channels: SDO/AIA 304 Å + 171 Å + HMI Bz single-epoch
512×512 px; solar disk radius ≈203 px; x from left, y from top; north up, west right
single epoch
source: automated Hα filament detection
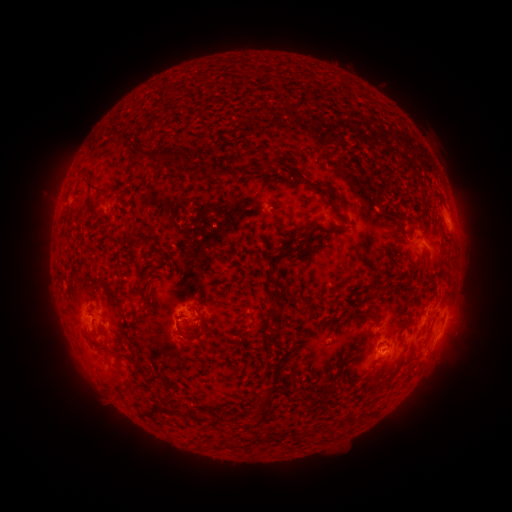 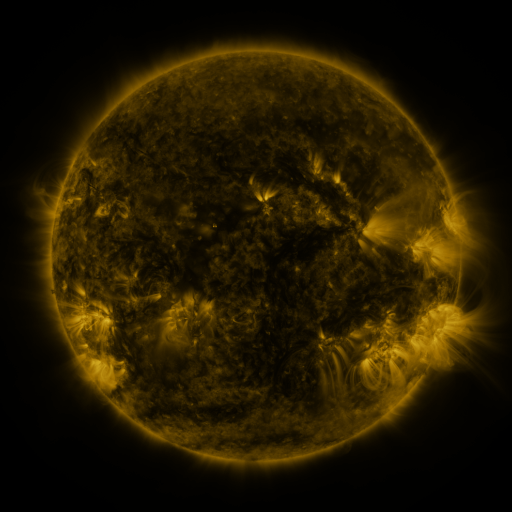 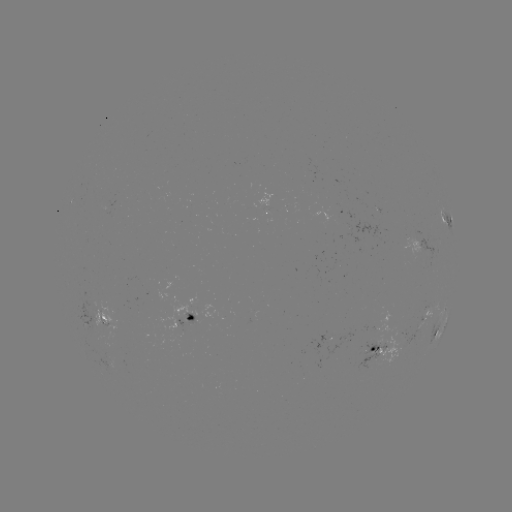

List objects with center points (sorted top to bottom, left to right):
filament: (360, 91, 392, 117)
filament: (382, 114, 424, 155)
filament: (126, 147, 172, 163)
filament: (264, 160, 271, 171)
filament: (210, 169, 223, 179)
filament: (83, 183, 104, 197)
filament: (312, 185, 325, 195)
filament: (326, 198, 345, 221)
filament: (91, 202, 100, 215)
filament: (102, 222, 111, 230)
filament: (124, 232, 137, 245)
filament: (273, 290, 285, 304)
filament: (141, 291, 151, 304)
filament: (190, 326, 206, 340)
filament: (193, 410, 209, 424)
filament: (211, 440, 241, 450)
